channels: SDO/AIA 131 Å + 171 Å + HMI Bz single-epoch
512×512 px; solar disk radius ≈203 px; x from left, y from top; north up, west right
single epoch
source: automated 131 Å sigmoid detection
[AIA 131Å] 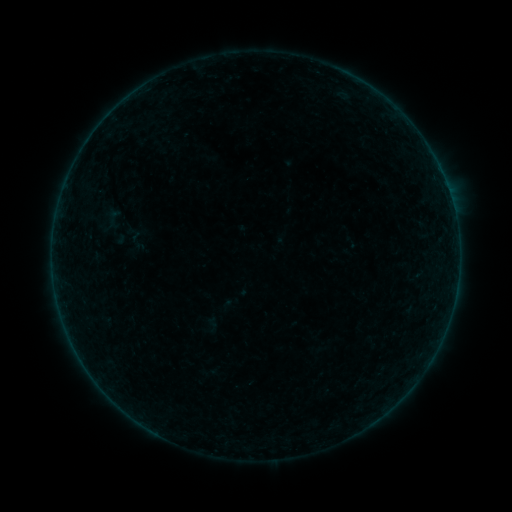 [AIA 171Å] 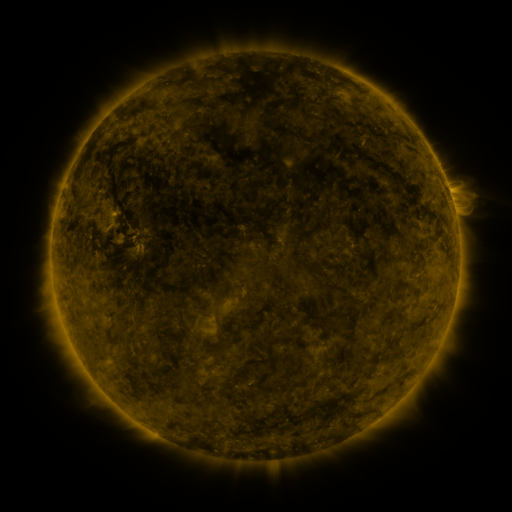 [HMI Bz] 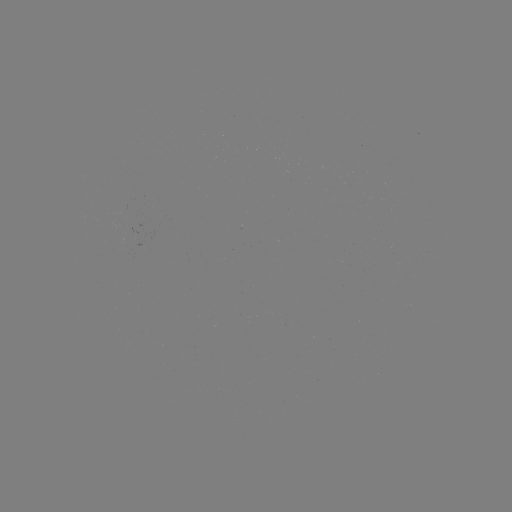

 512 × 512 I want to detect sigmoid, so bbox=[97, 203, 126, 236].